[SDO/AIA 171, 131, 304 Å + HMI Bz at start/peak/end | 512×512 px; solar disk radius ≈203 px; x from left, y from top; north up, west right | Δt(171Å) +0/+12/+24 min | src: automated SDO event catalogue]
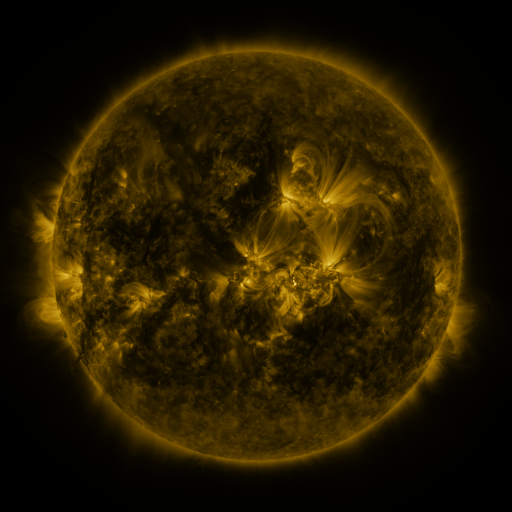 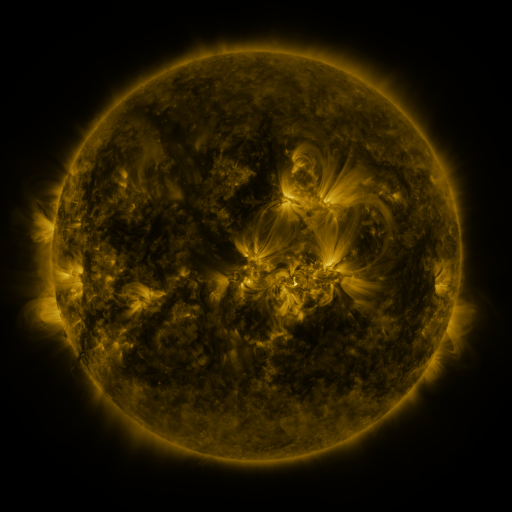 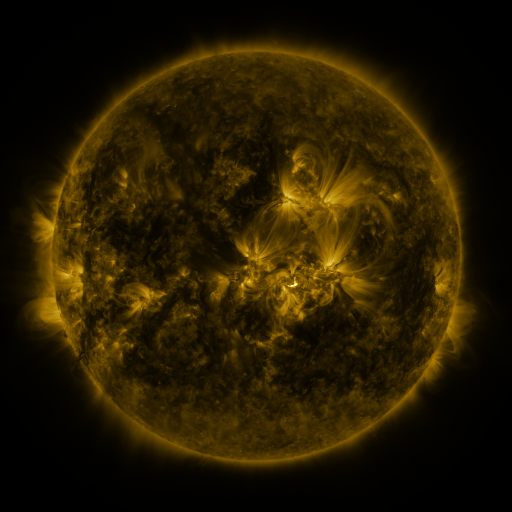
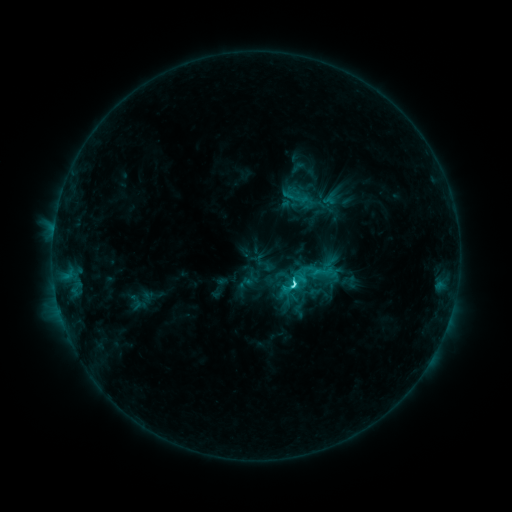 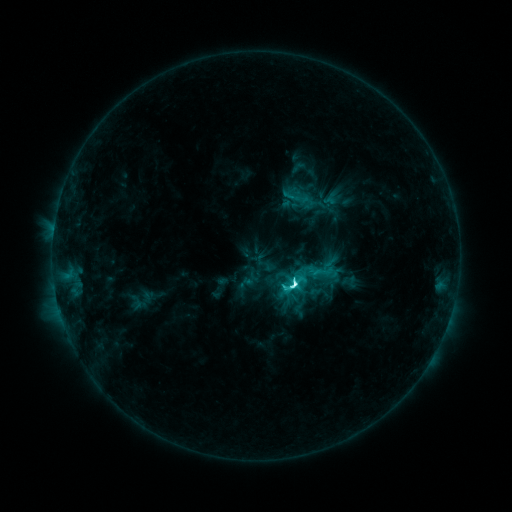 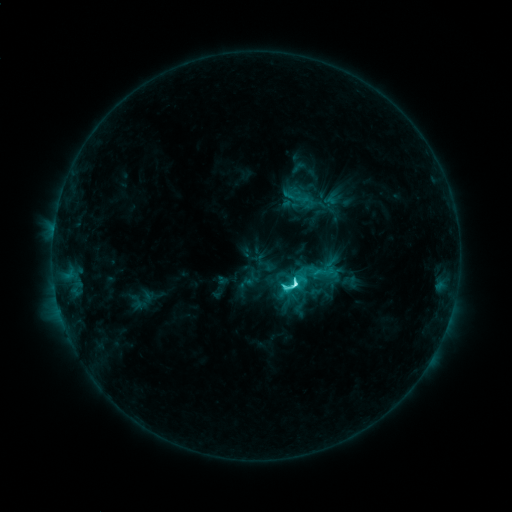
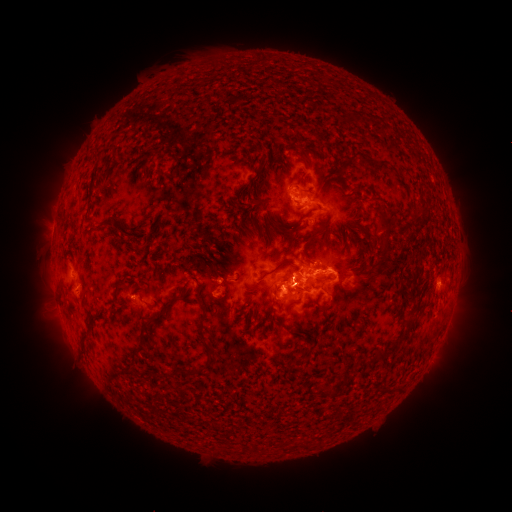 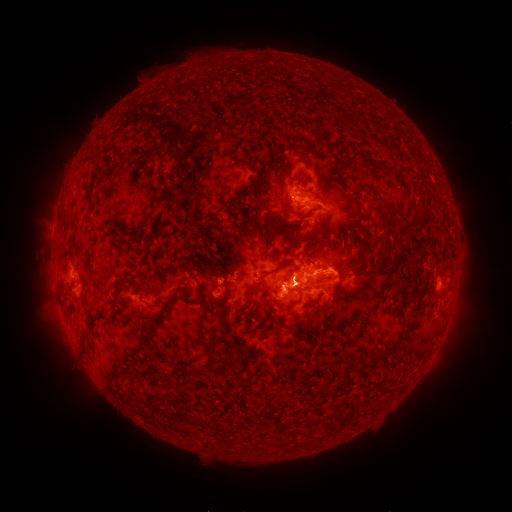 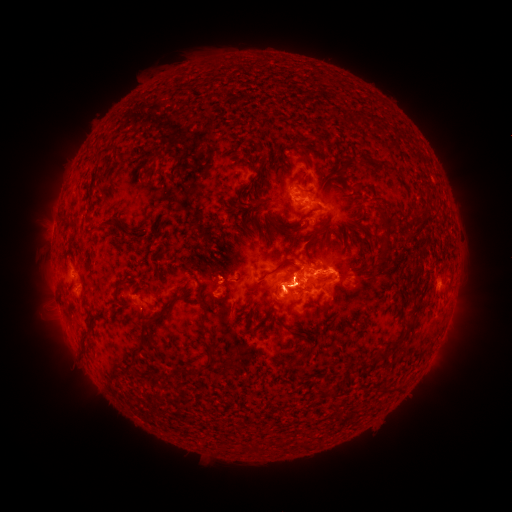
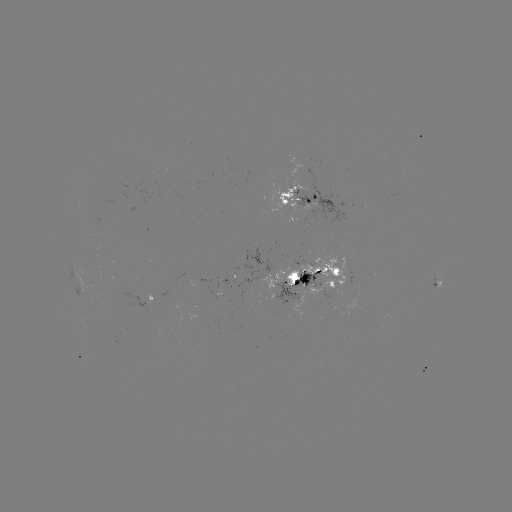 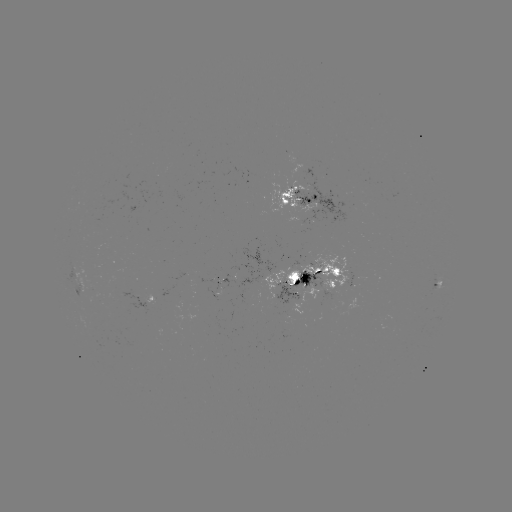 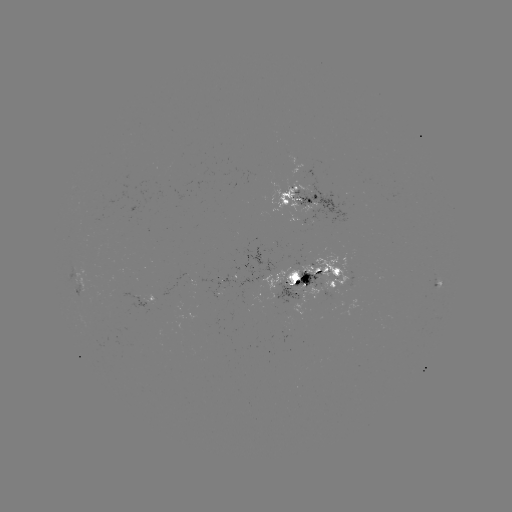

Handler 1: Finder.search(M1.4 flare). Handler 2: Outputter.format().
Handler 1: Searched M1.4 flare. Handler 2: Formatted [293, 283].